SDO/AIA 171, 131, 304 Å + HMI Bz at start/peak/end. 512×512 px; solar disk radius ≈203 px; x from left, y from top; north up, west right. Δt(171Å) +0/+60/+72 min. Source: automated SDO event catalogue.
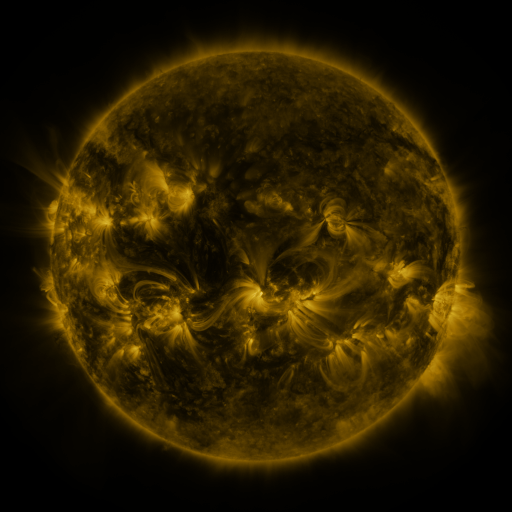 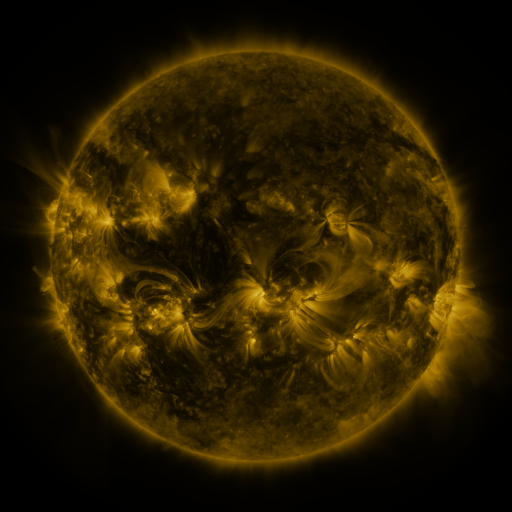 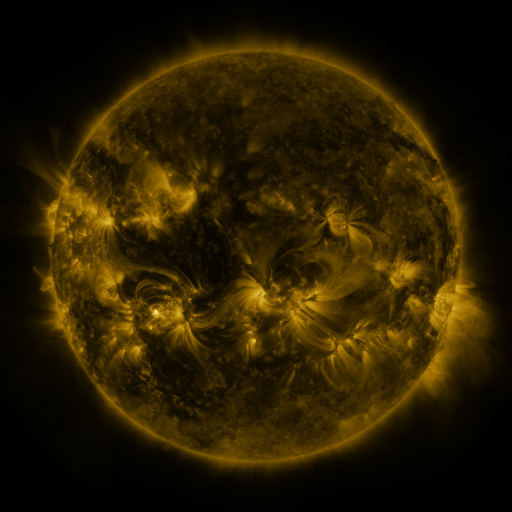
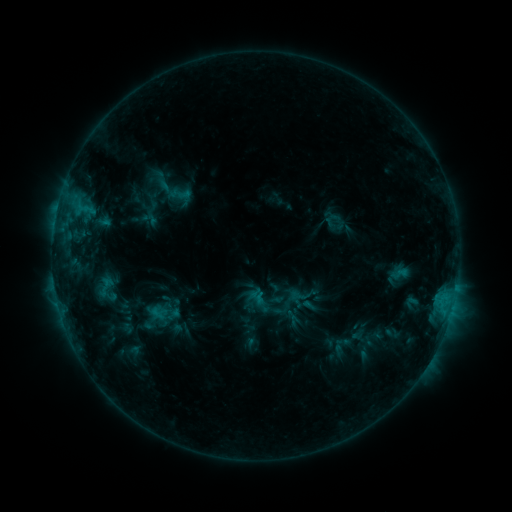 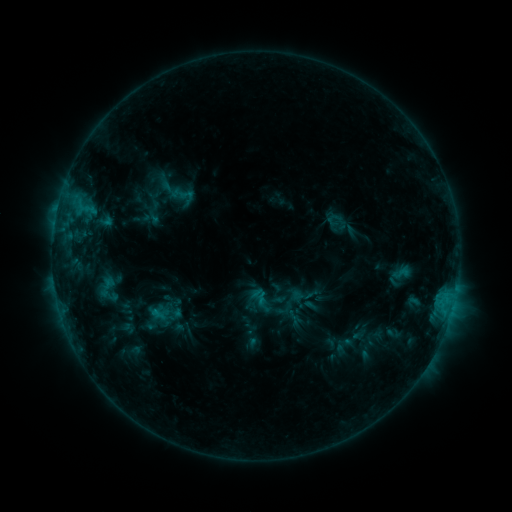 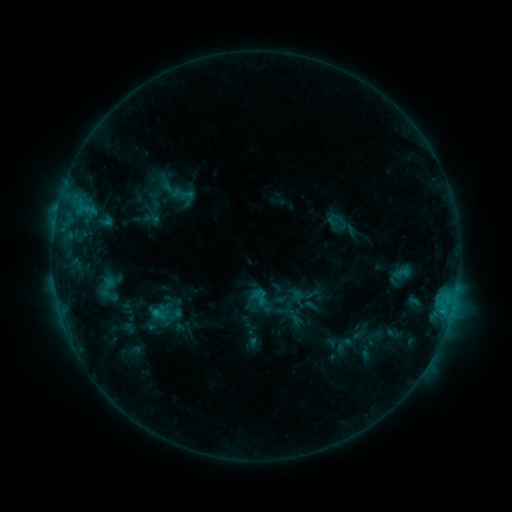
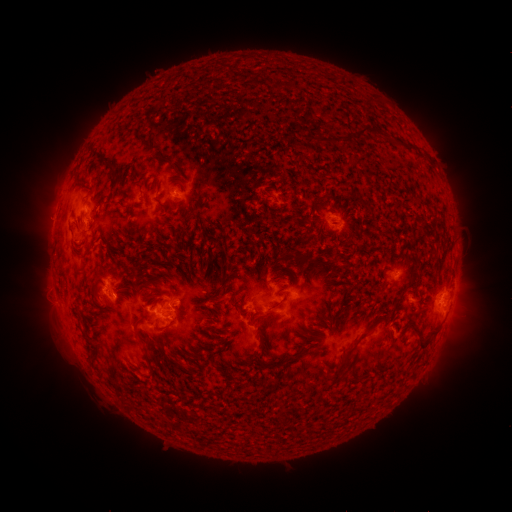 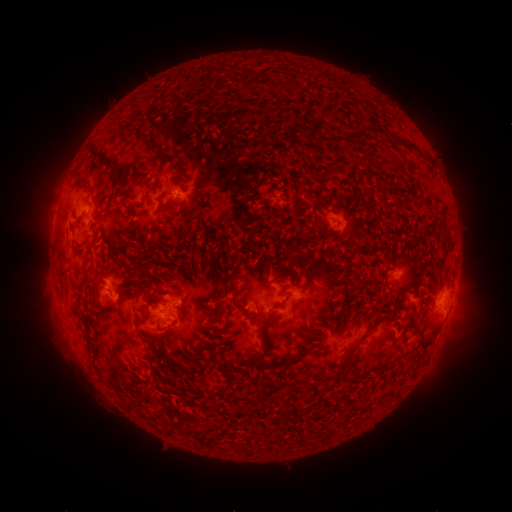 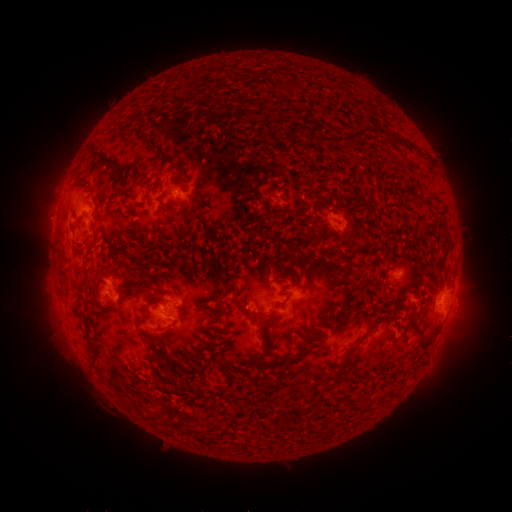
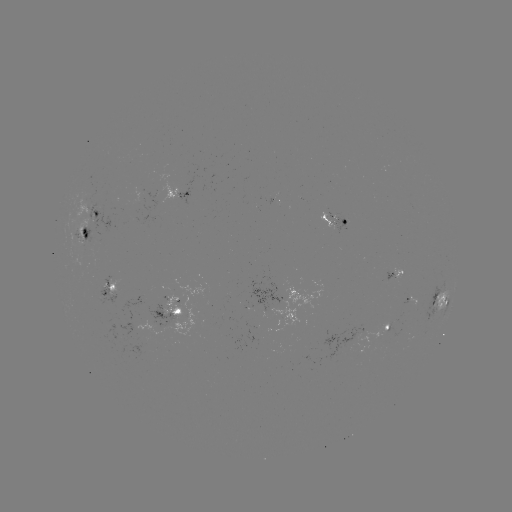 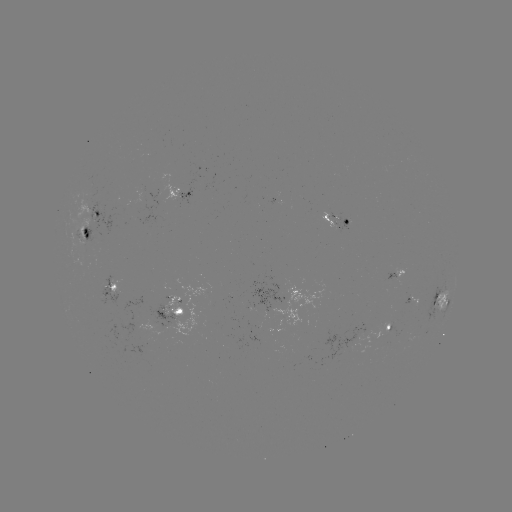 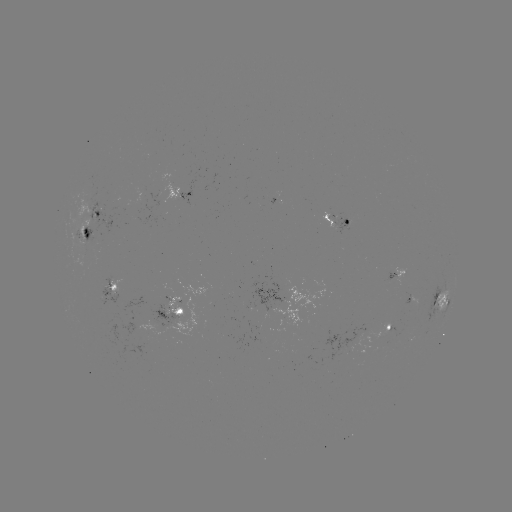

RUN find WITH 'emerging-flux region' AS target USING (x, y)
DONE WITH (364, 332) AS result